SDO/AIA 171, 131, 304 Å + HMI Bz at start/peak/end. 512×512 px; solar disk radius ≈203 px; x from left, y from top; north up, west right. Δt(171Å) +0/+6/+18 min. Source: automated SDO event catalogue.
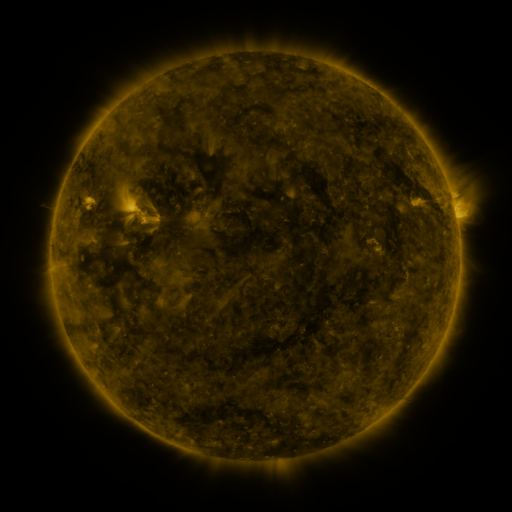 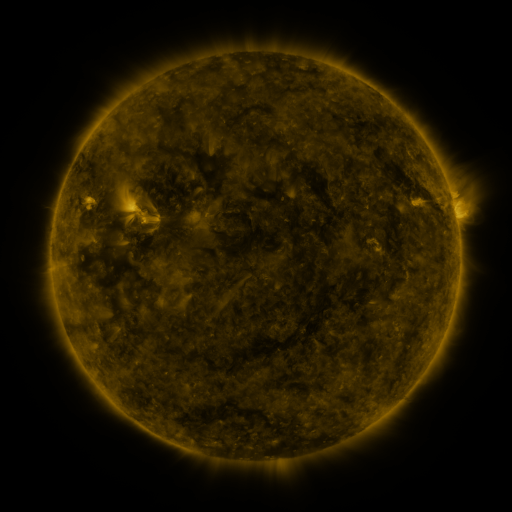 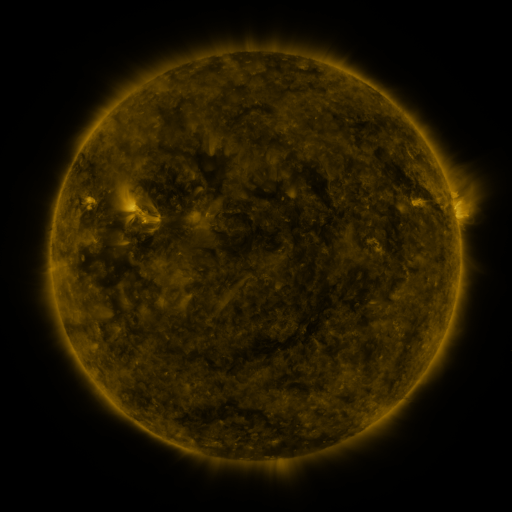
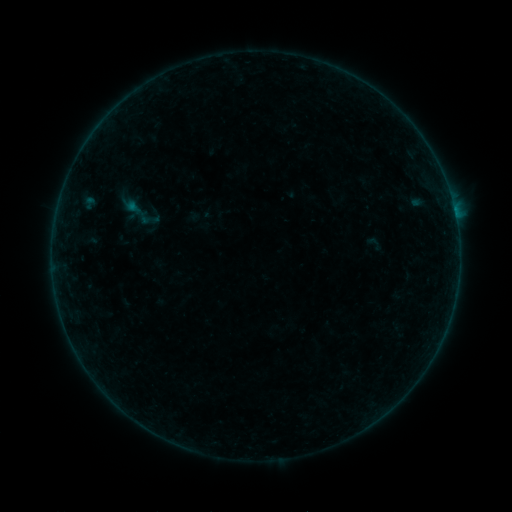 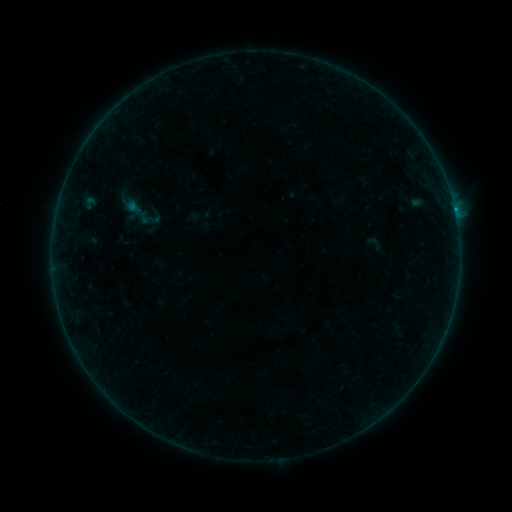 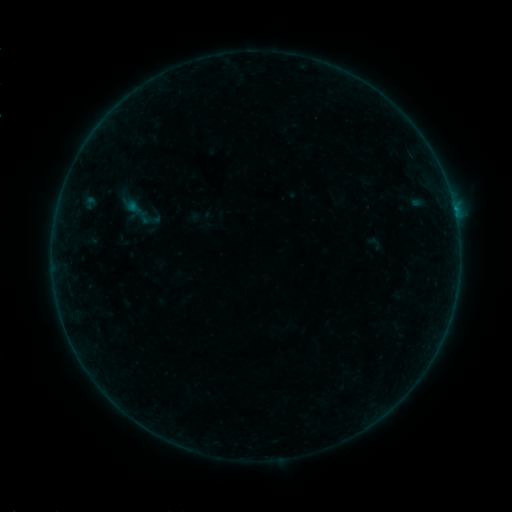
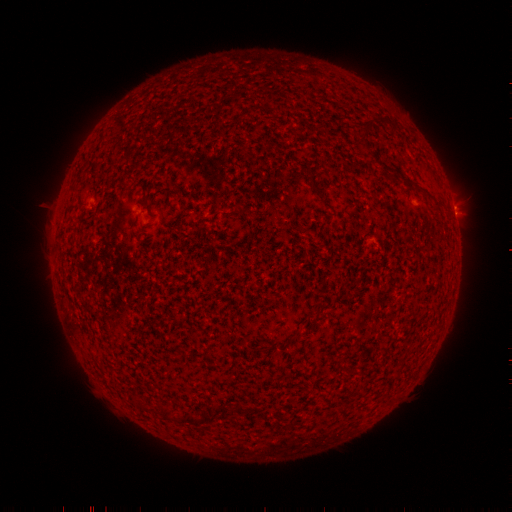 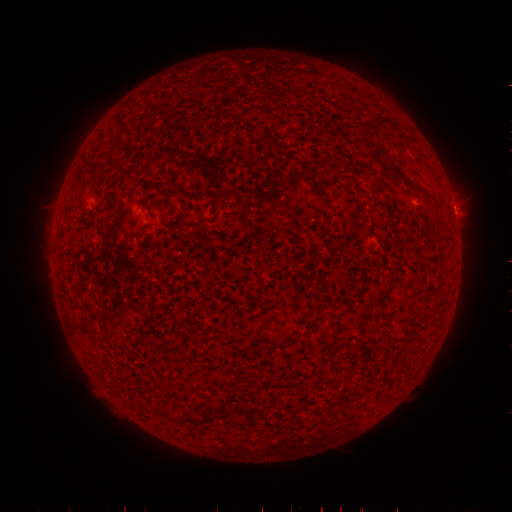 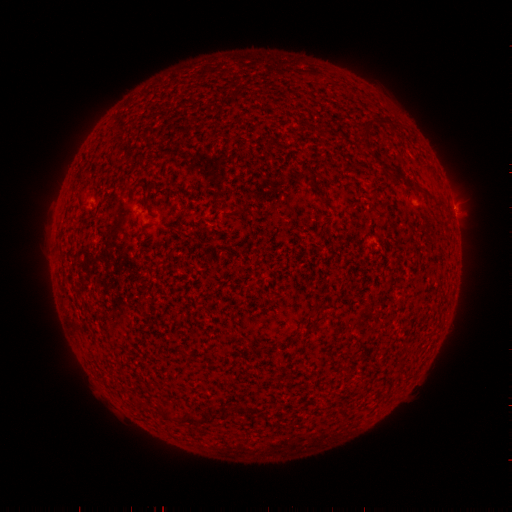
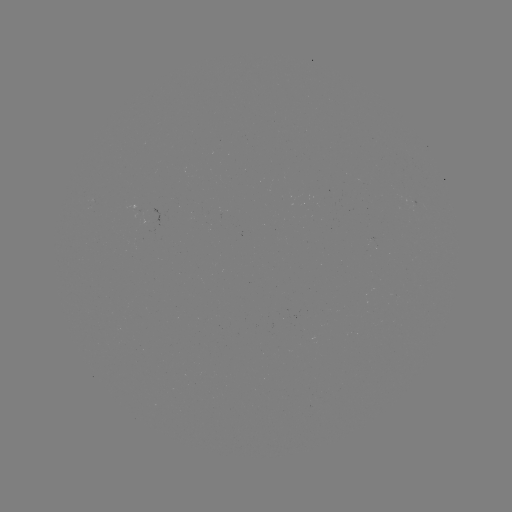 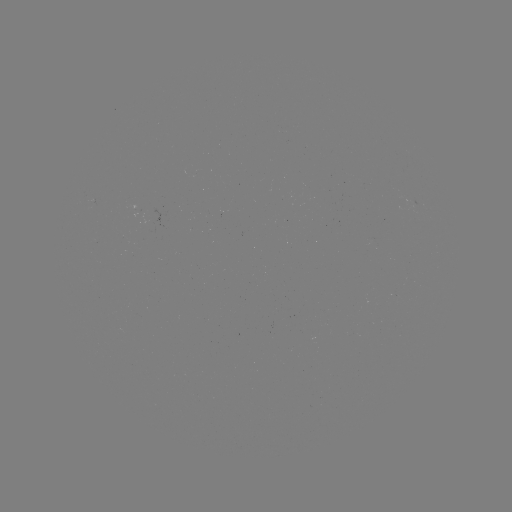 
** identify B2.1 flare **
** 453,210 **